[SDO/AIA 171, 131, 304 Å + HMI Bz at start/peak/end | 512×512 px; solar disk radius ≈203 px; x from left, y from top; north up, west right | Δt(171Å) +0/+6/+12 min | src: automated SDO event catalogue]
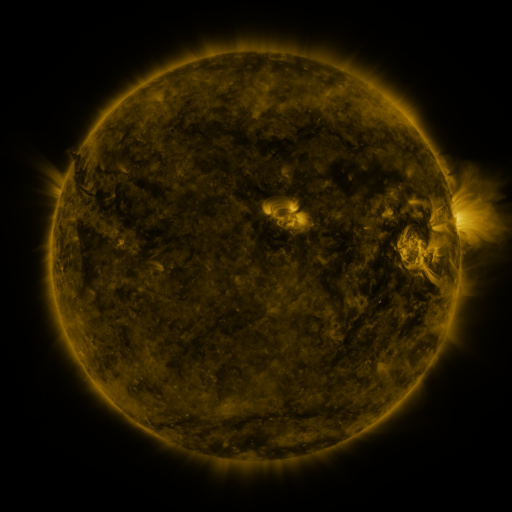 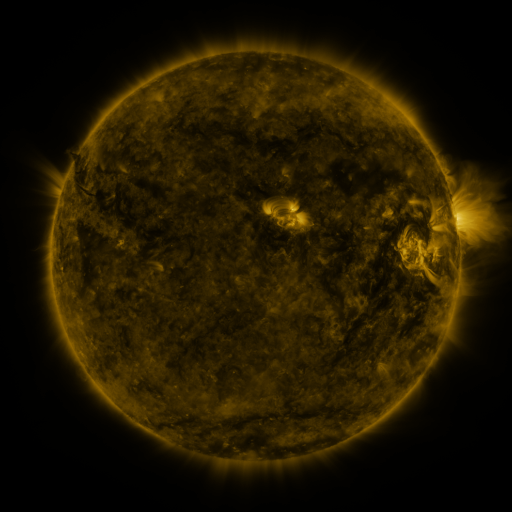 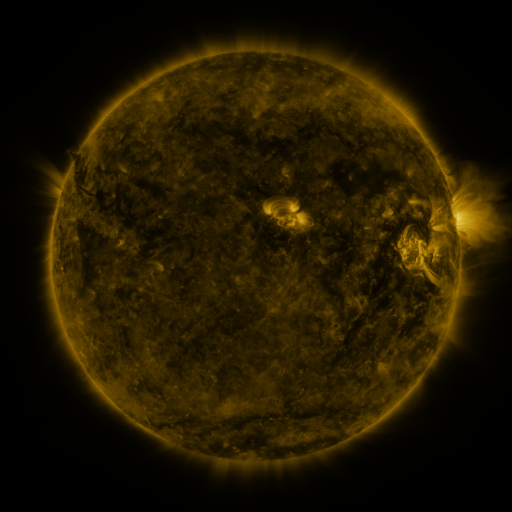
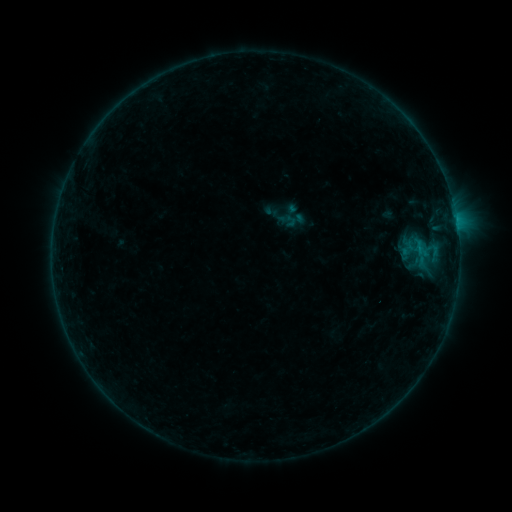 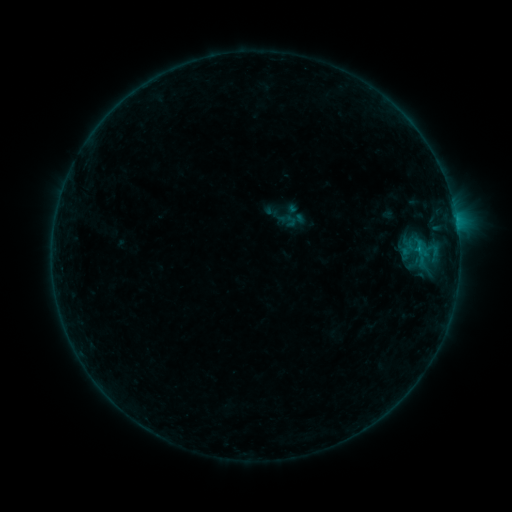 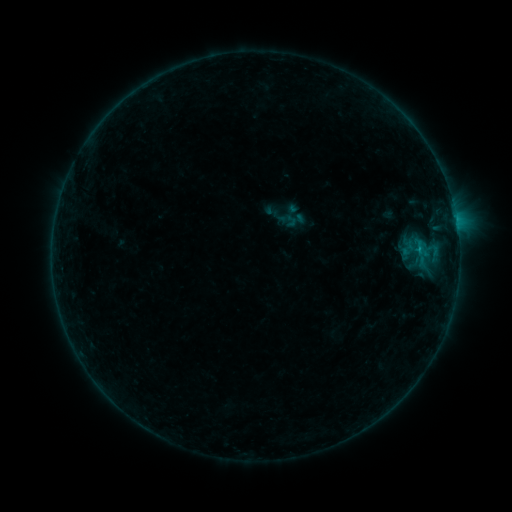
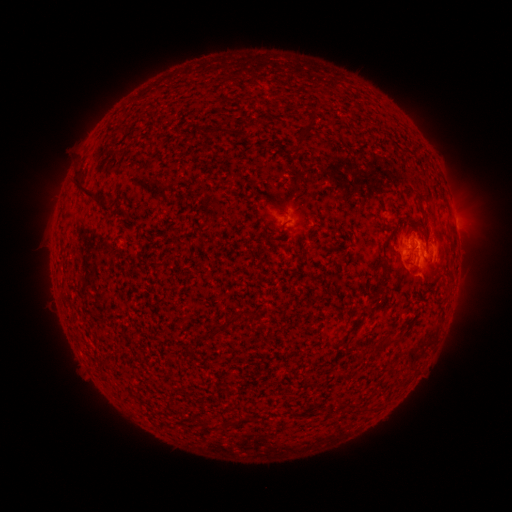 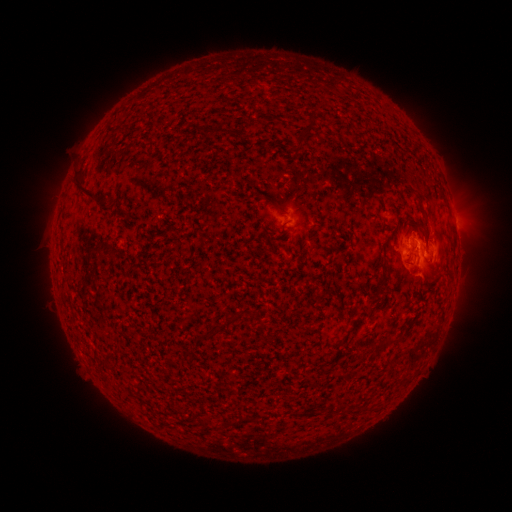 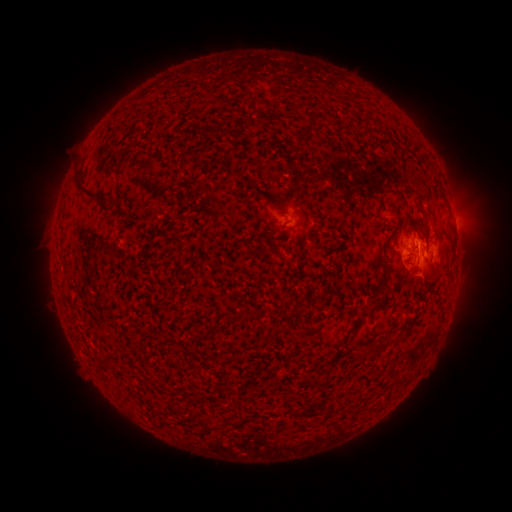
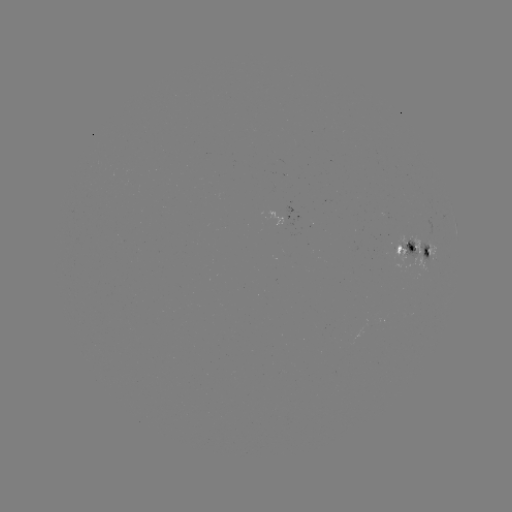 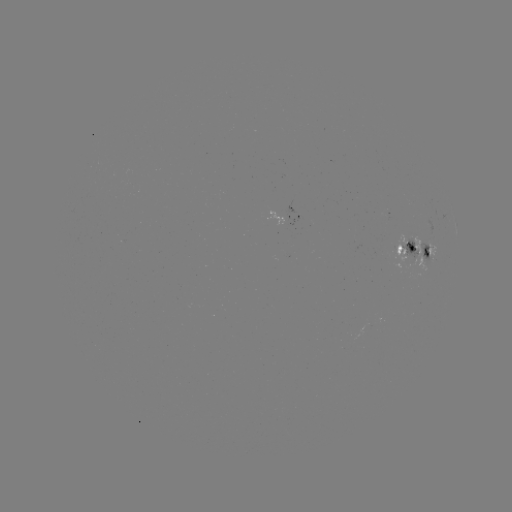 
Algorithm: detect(B6.5 flare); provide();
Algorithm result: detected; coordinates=(418, 252)